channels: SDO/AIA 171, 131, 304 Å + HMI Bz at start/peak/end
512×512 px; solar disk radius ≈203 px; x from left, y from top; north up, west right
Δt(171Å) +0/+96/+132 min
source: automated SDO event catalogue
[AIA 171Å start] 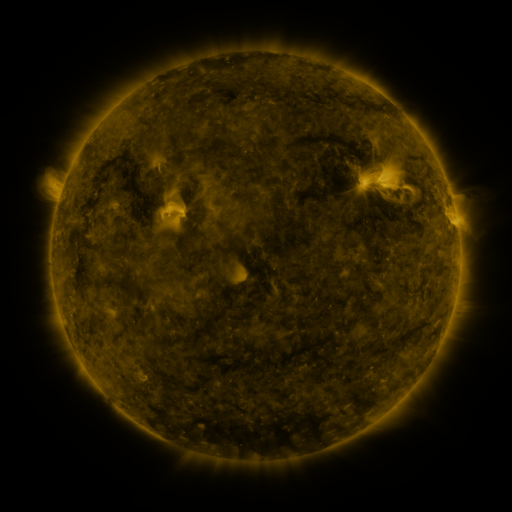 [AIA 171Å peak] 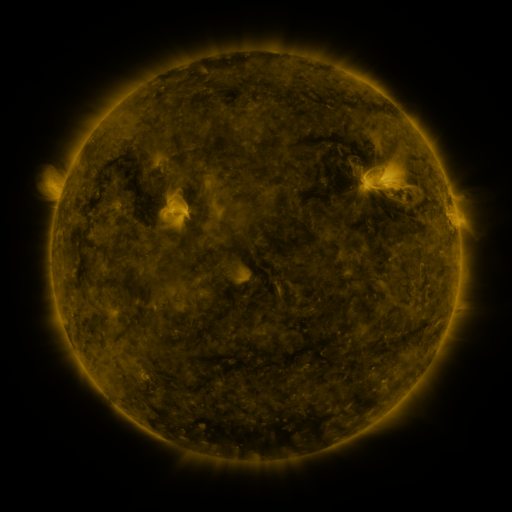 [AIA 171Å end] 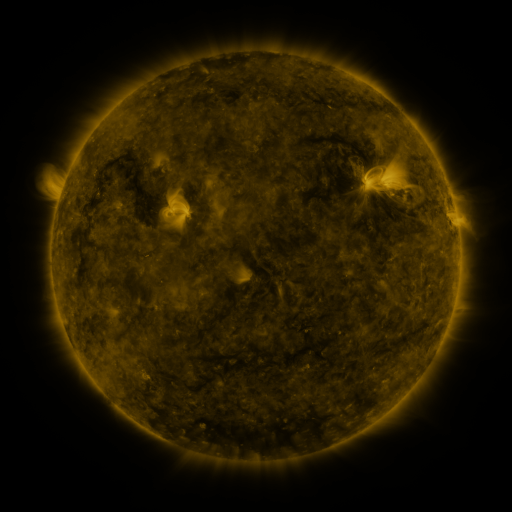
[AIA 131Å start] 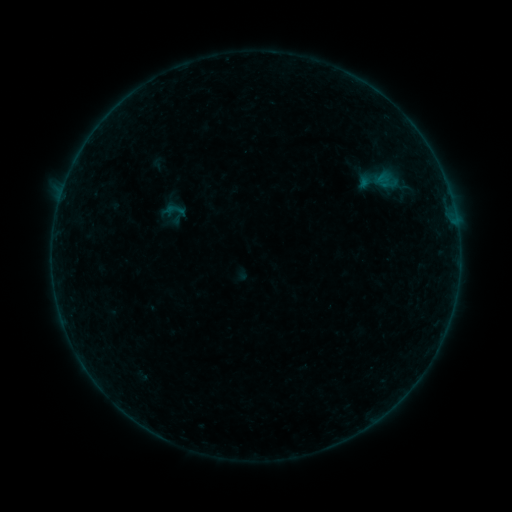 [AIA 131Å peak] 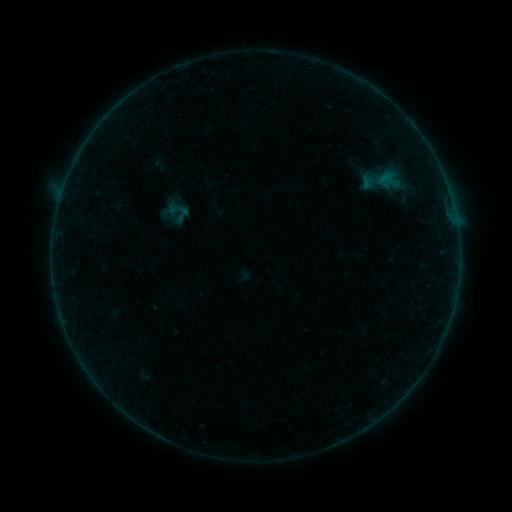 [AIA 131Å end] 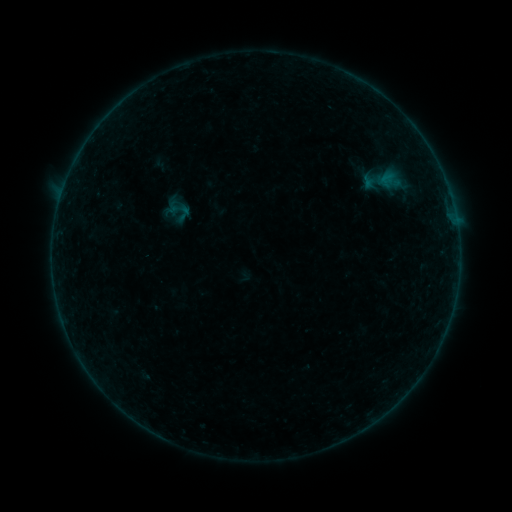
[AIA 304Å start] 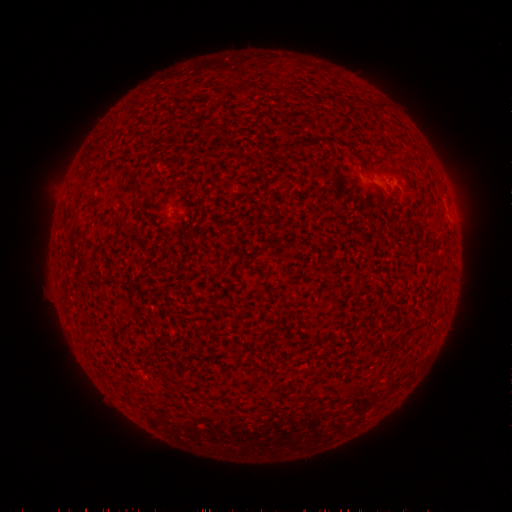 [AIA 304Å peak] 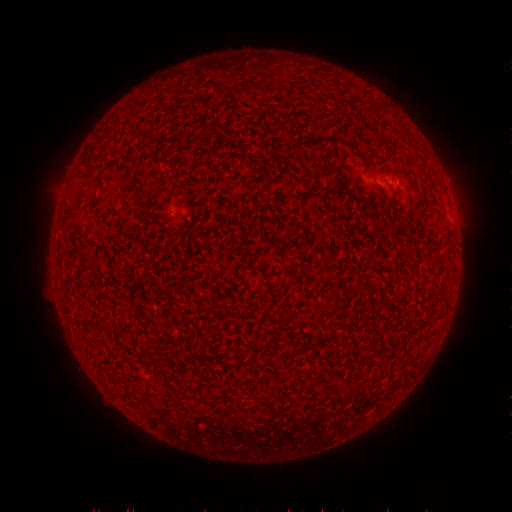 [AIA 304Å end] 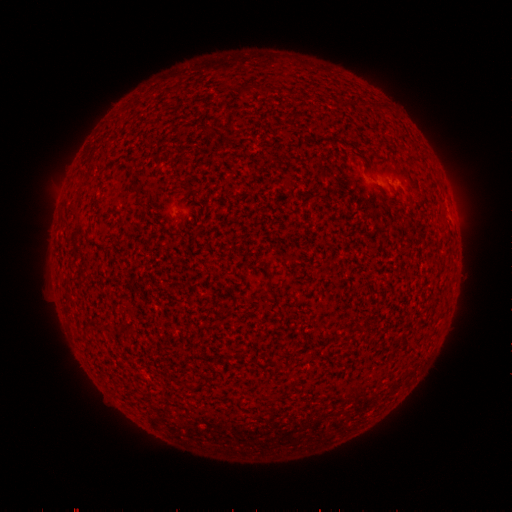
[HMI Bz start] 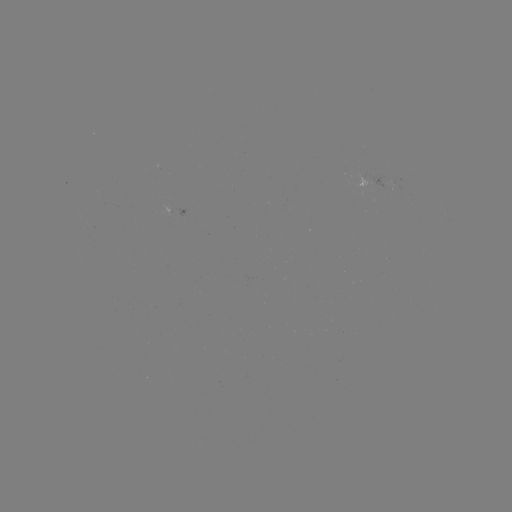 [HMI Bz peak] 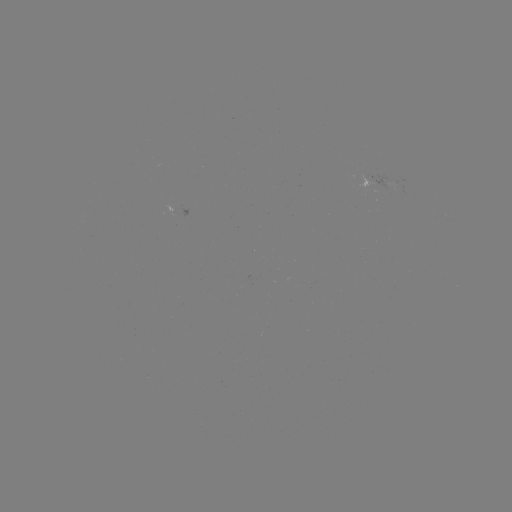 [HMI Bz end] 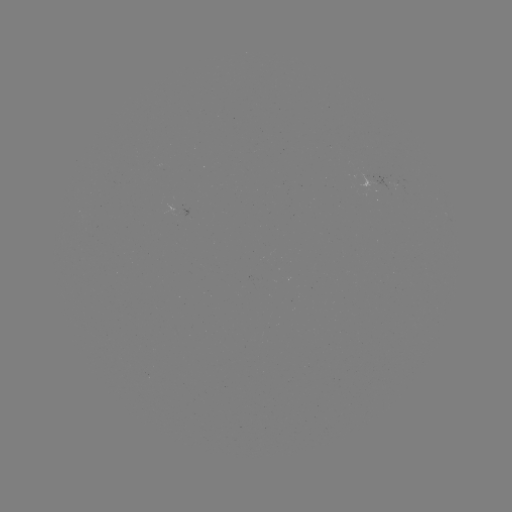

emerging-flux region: [381, 175, 399, 193]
